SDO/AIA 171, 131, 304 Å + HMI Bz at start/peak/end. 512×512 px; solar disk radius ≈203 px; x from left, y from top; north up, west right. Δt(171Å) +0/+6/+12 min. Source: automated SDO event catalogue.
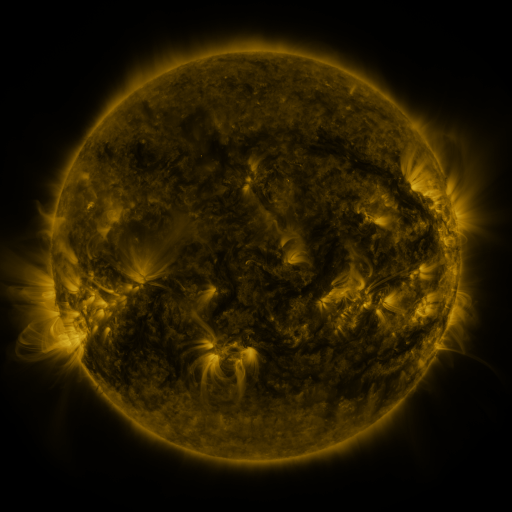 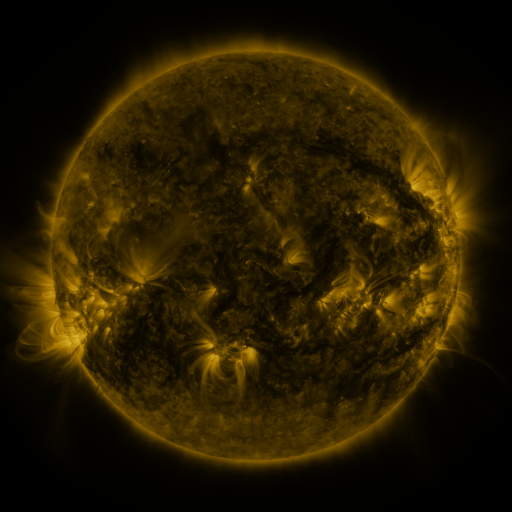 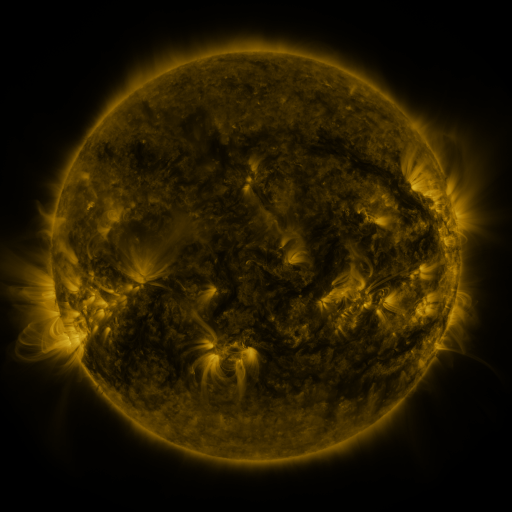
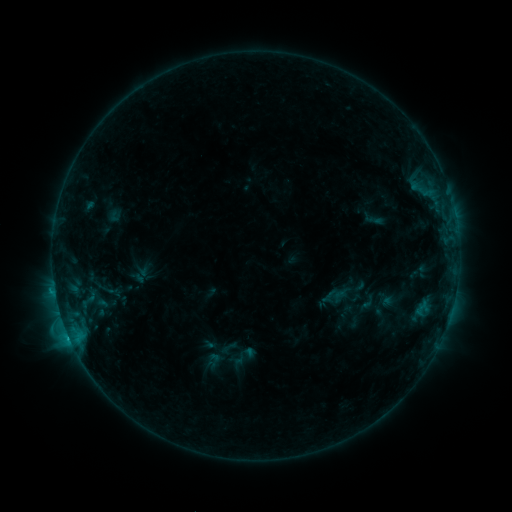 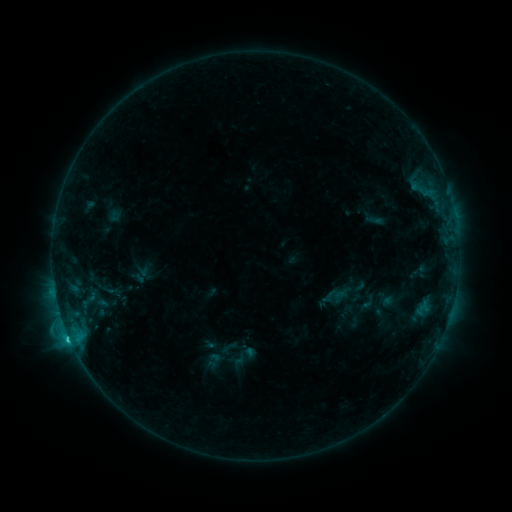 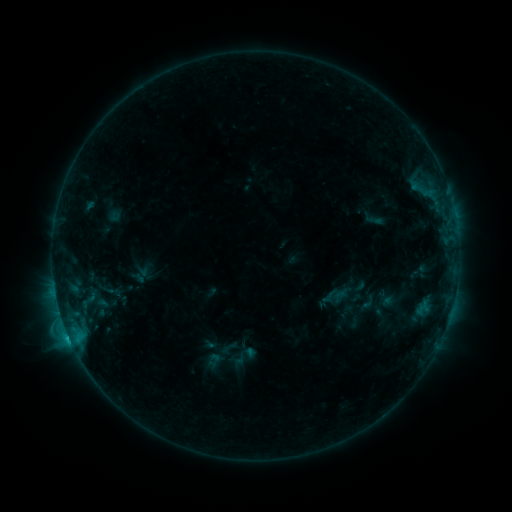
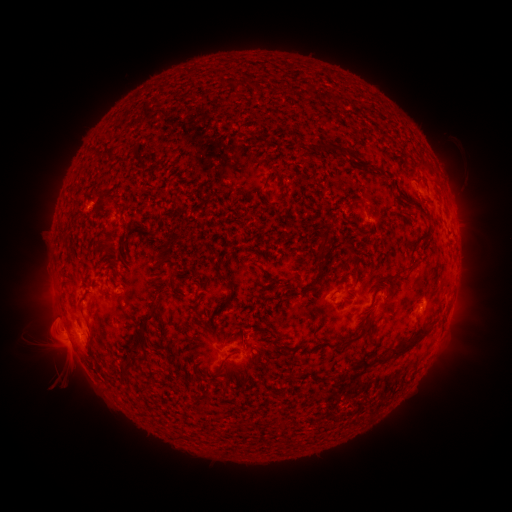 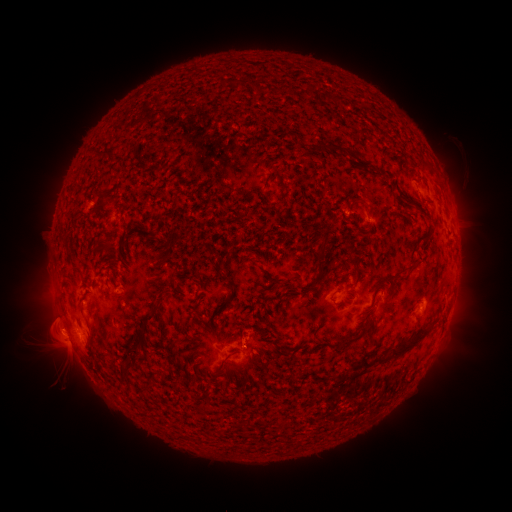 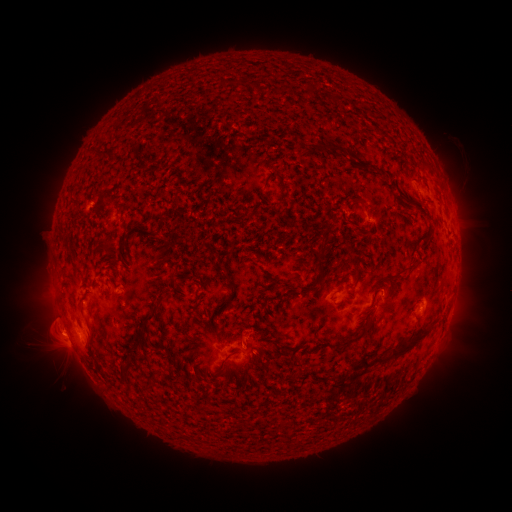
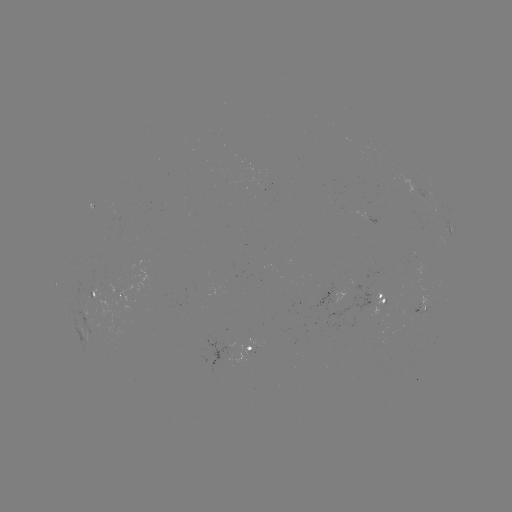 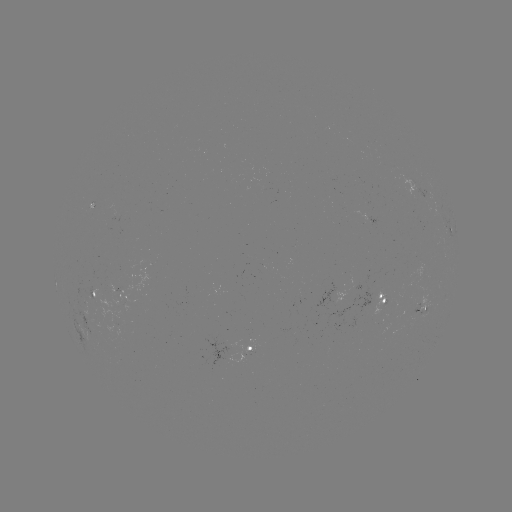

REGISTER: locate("C1.4 flare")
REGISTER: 70,337